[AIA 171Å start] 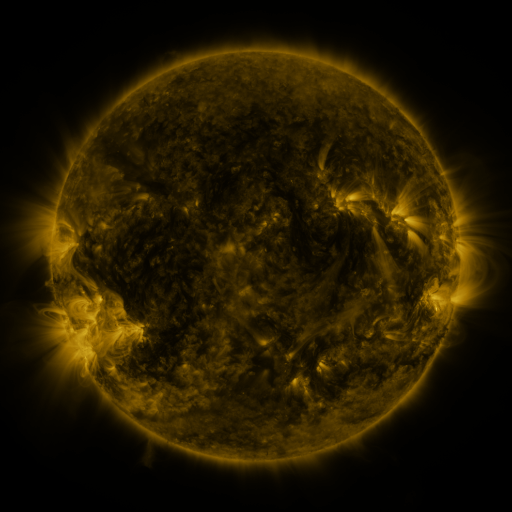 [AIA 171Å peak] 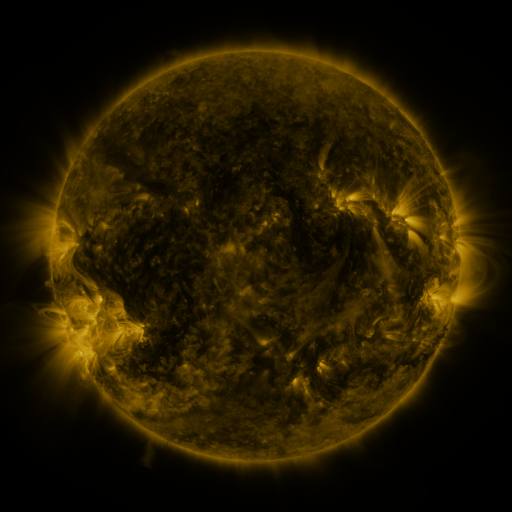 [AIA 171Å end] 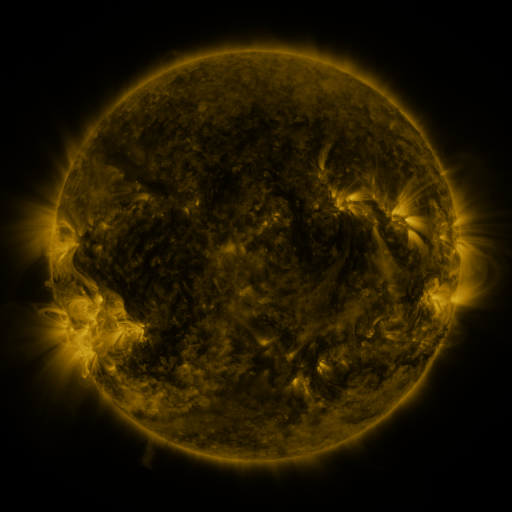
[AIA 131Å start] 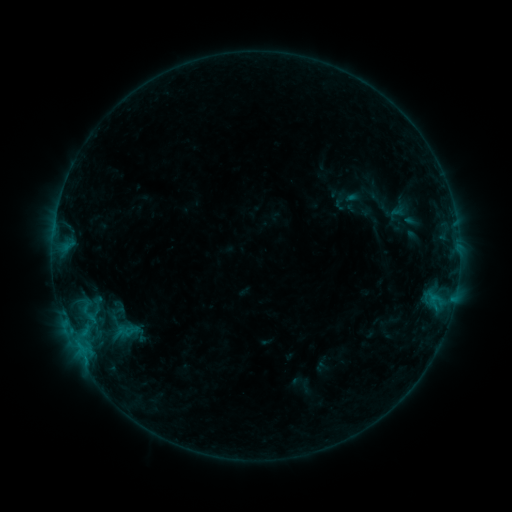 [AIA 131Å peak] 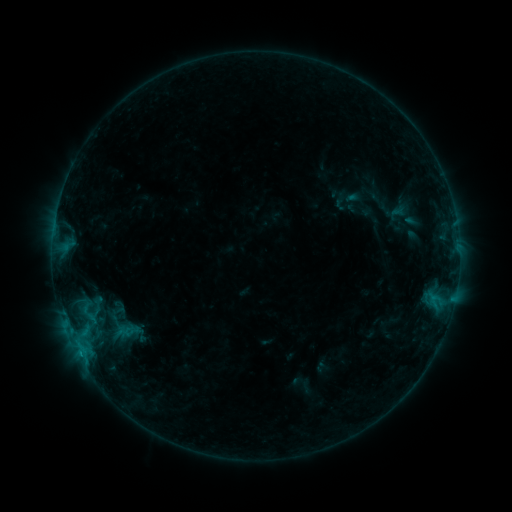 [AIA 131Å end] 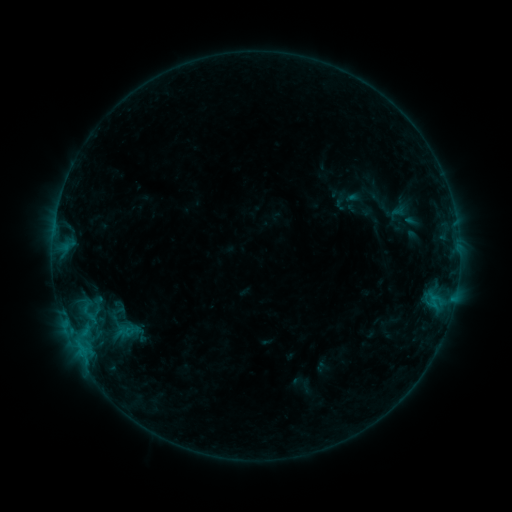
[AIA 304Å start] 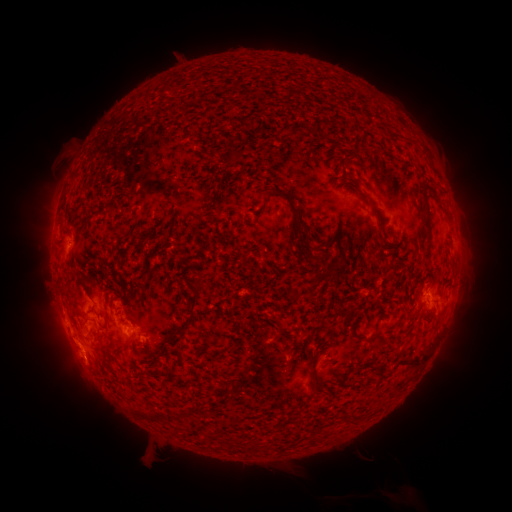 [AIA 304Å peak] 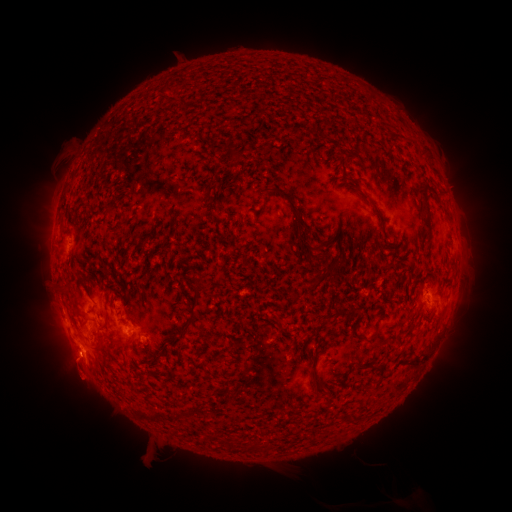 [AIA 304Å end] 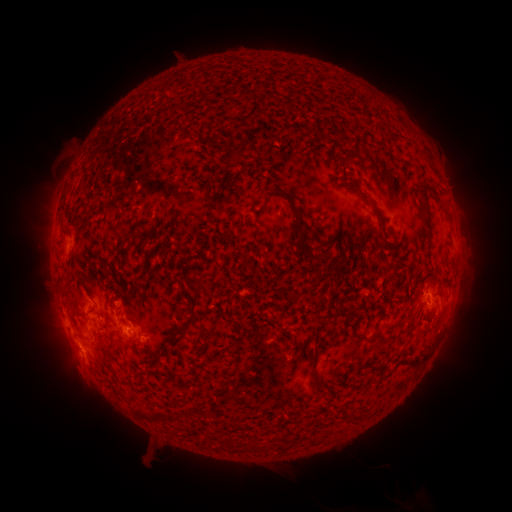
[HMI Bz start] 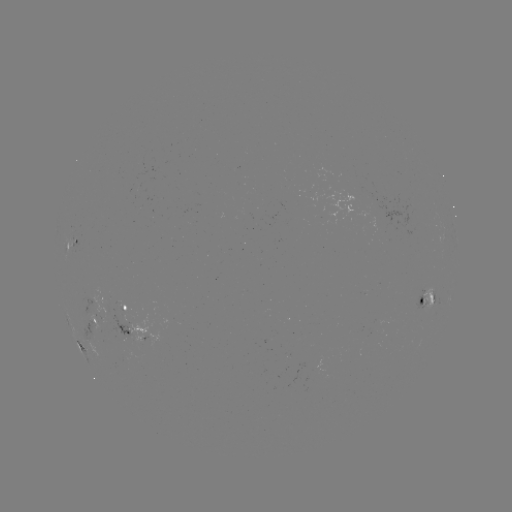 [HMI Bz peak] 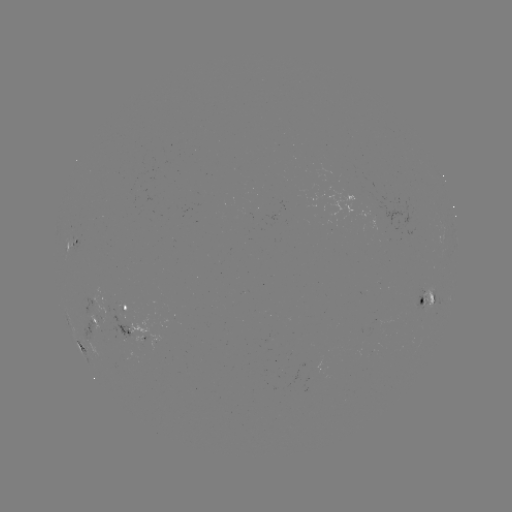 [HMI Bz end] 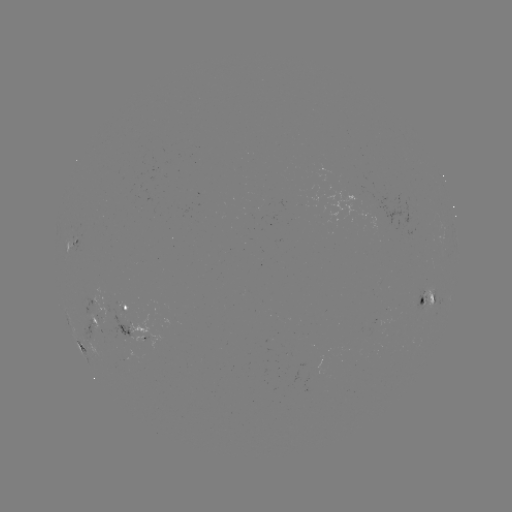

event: eruption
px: (77, 376)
